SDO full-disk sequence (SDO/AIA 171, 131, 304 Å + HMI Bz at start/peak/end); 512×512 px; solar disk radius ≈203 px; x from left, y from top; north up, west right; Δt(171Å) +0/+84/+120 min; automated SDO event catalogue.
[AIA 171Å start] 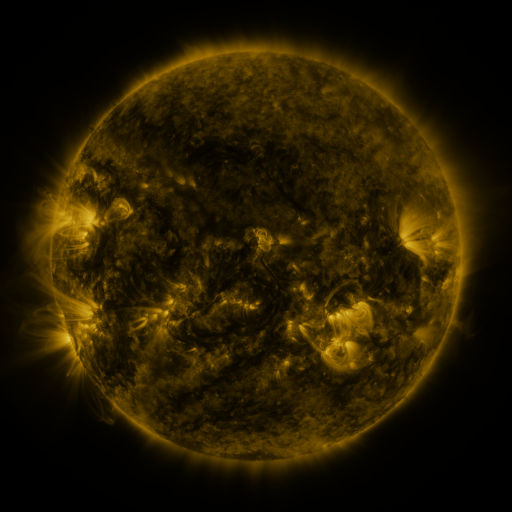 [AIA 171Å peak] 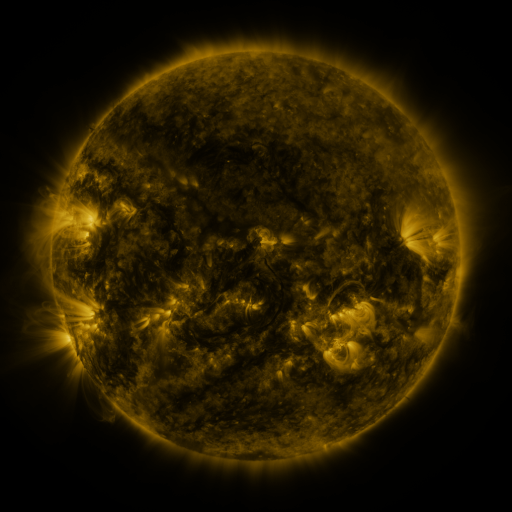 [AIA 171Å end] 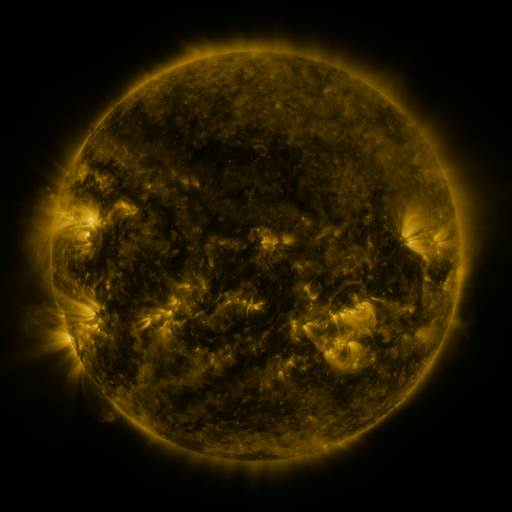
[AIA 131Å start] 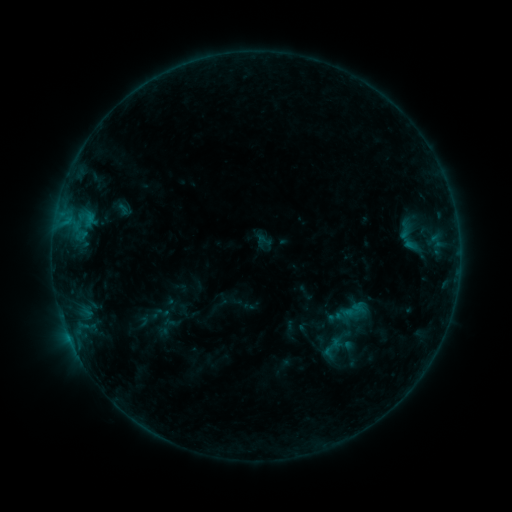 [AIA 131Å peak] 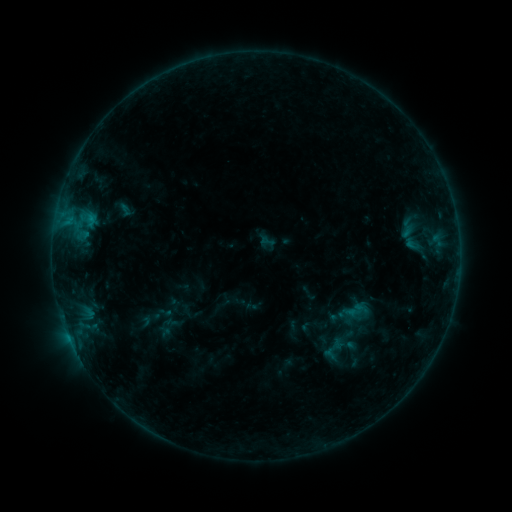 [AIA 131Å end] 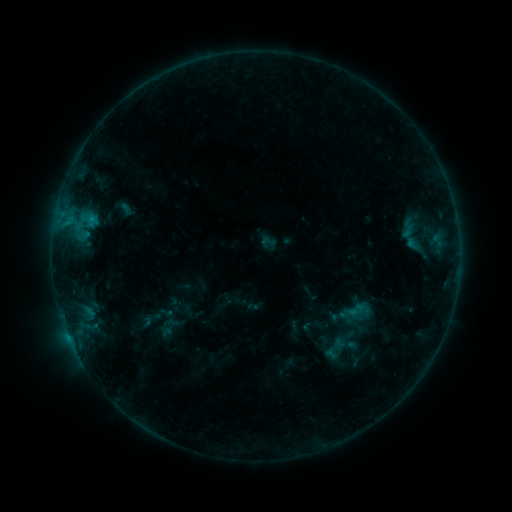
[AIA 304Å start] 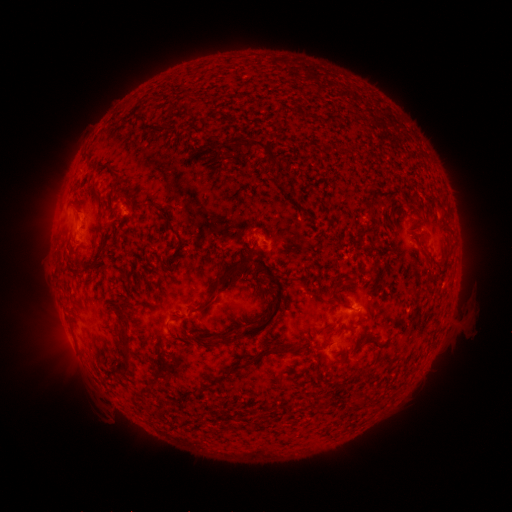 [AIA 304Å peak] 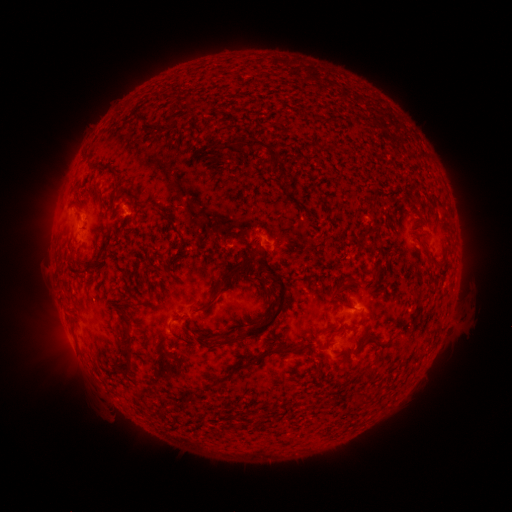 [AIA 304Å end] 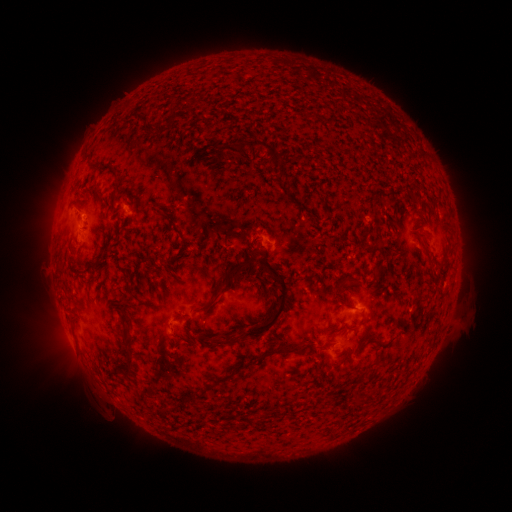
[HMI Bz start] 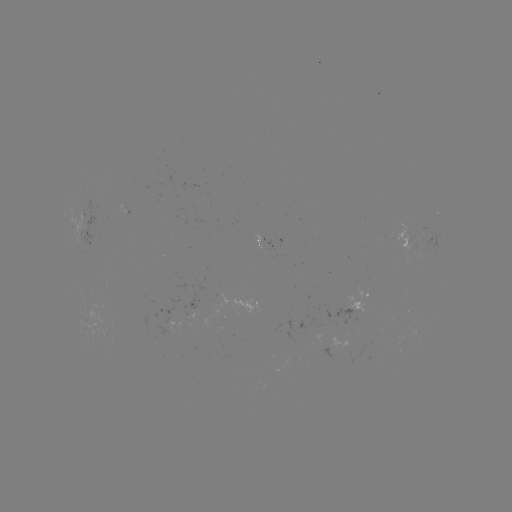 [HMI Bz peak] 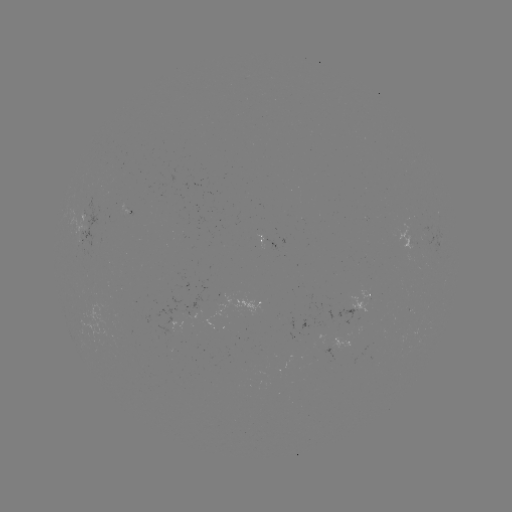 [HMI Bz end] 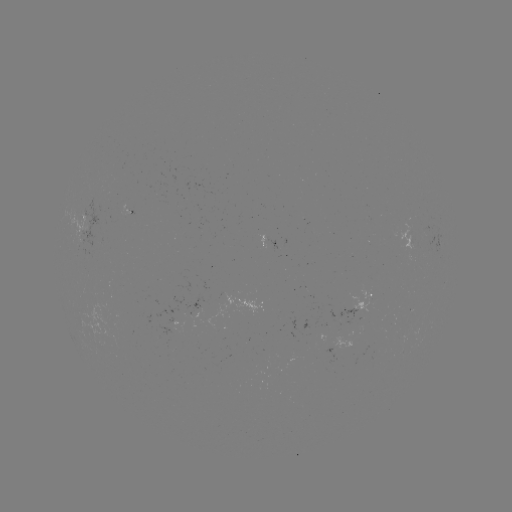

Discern emerging-flux region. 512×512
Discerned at (126, 209).